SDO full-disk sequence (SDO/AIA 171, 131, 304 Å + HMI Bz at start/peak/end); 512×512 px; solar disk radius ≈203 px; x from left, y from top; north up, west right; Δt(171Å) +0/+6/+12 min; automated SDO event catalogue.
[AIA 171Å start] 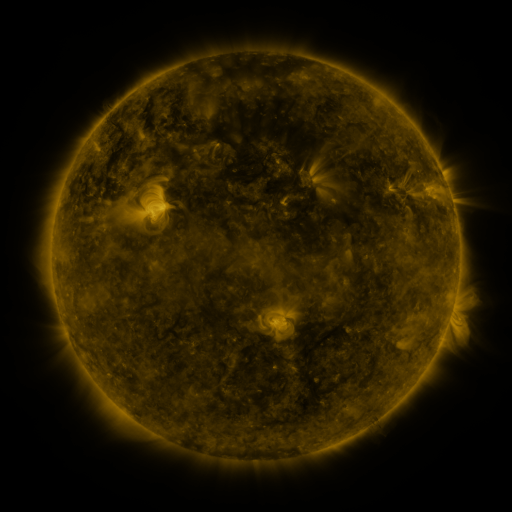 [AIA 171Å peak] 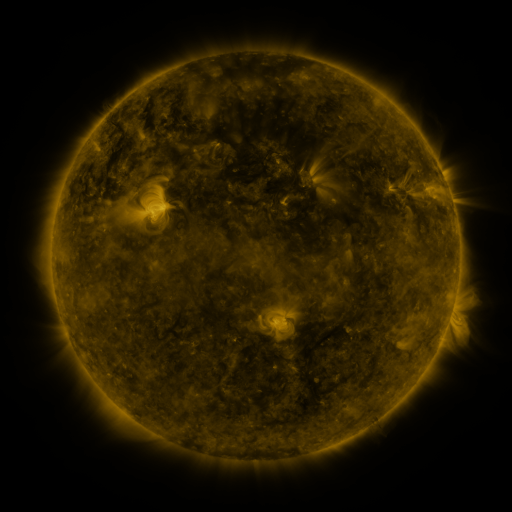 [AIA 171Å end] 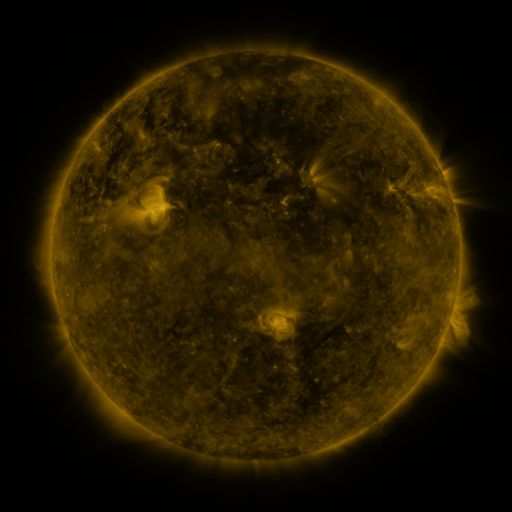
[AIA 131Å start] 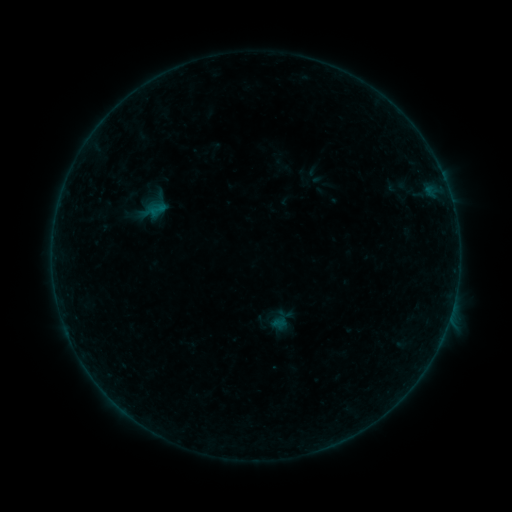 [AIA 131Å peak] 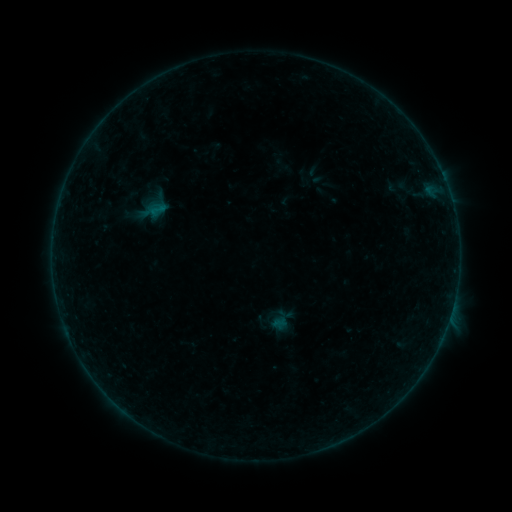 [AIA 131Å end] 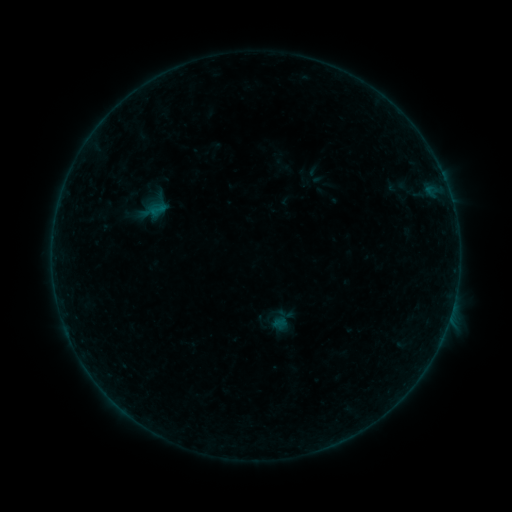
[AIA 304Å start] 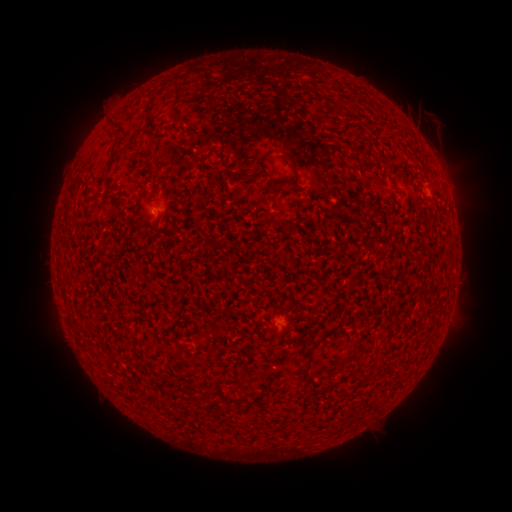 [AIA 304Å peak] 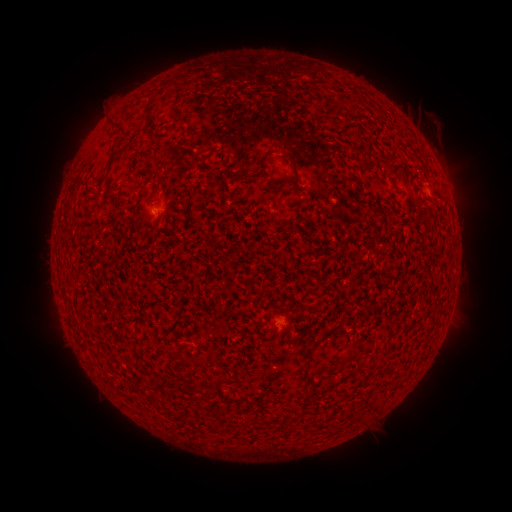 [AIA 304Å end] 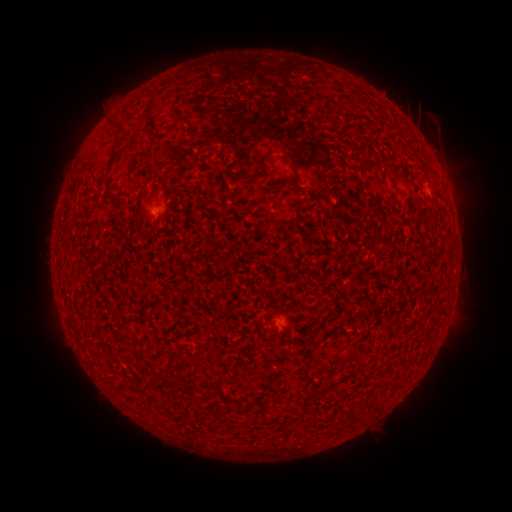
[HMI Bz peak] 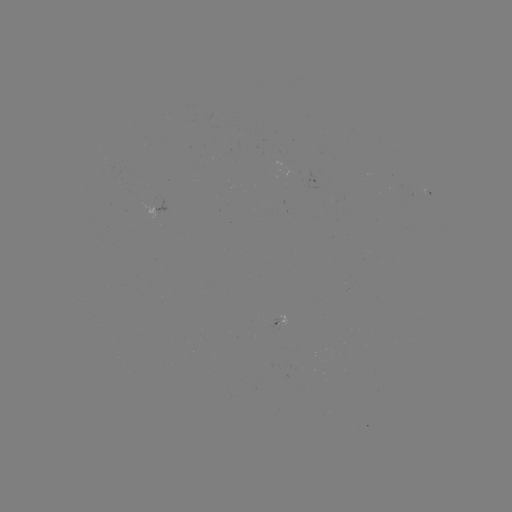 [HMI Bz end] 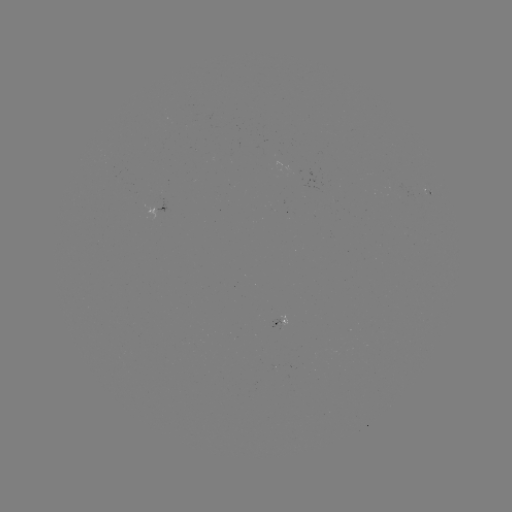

nothing was catalogued: no classed flare, no EUV trigger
